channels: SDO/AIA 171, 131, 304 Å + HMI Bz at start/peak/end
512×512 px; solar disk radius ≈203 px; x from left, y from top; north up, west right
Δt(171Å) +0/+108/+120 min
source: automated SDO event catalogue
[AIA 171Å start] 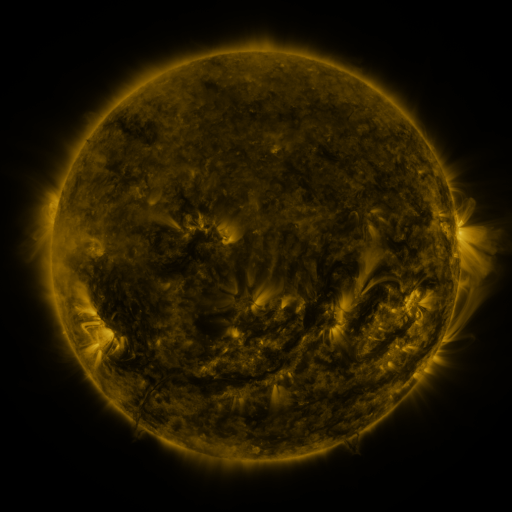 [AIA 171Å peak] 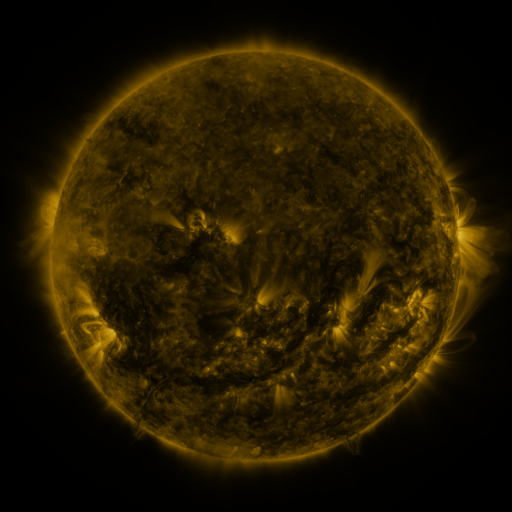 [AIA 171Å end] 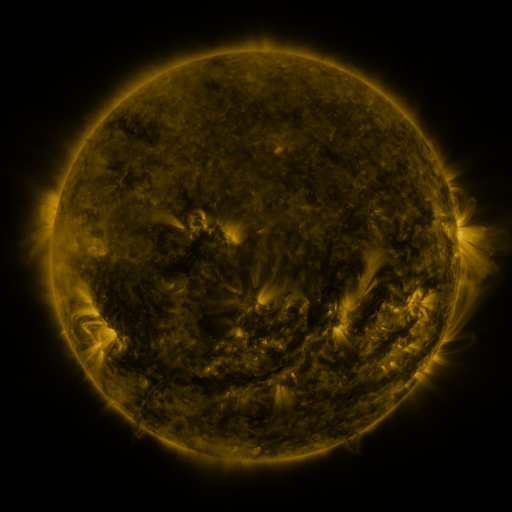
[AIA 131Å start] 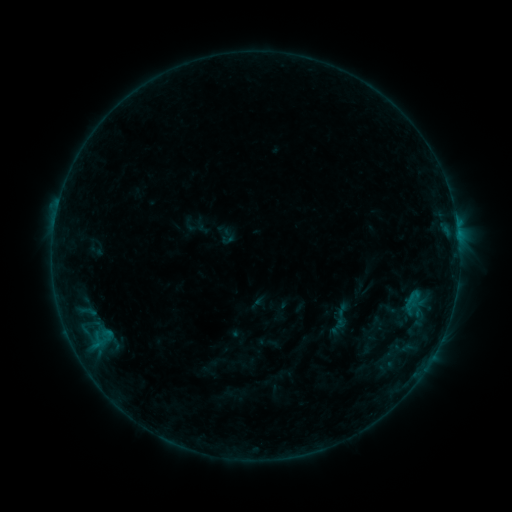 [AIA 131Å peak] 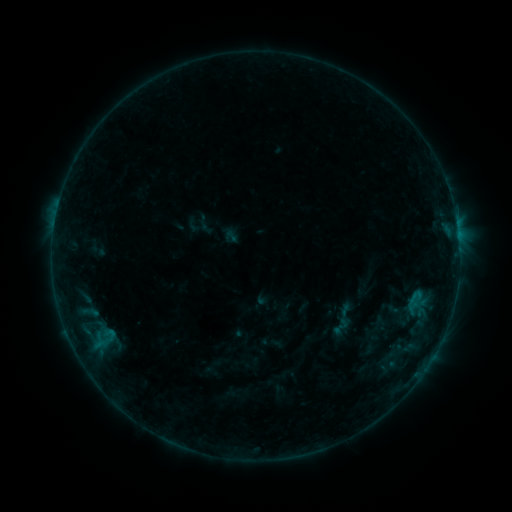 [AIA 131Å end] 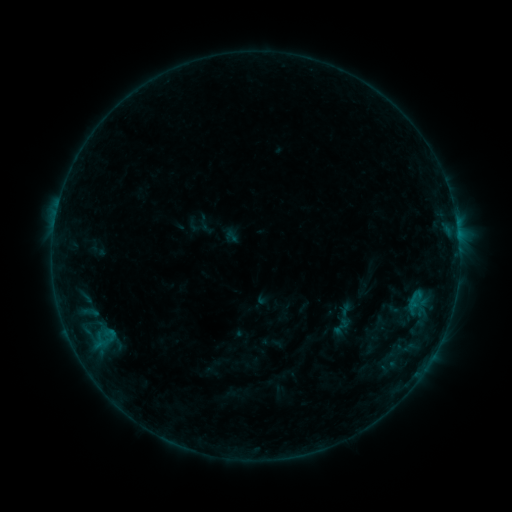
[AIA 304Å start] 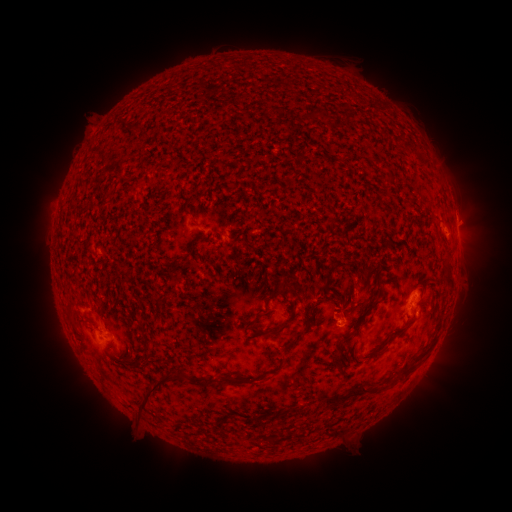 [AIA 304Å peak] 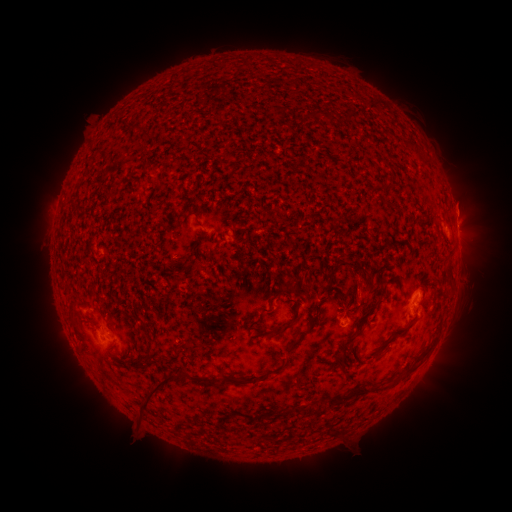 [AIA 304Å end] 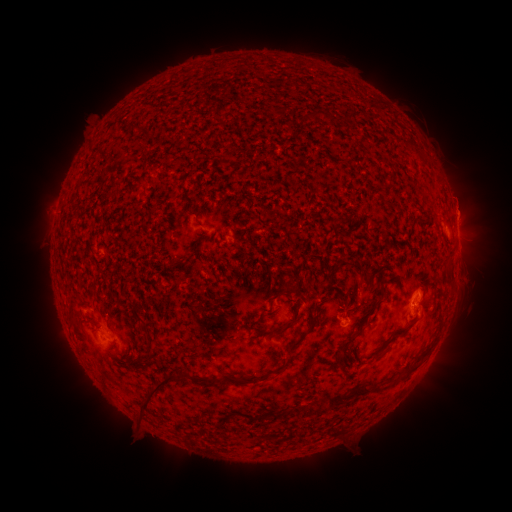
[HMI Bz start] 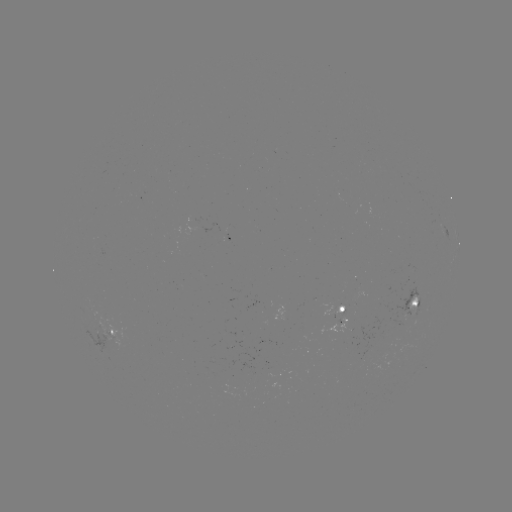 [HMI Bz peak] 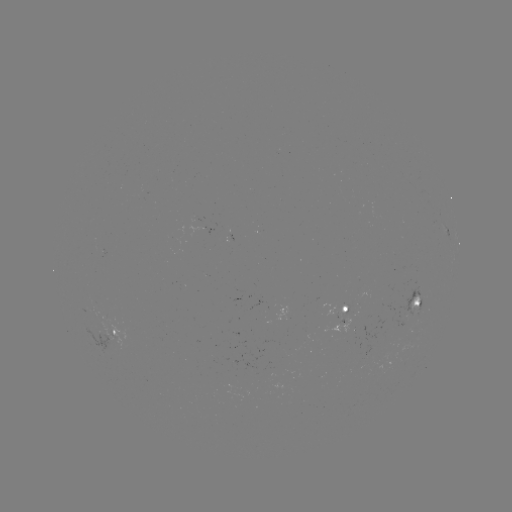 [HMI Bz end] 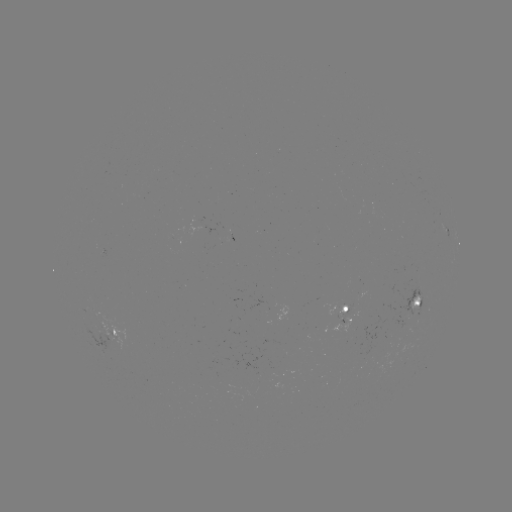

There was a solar emerging-flux region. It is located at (346, 307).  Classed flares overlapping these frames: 1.